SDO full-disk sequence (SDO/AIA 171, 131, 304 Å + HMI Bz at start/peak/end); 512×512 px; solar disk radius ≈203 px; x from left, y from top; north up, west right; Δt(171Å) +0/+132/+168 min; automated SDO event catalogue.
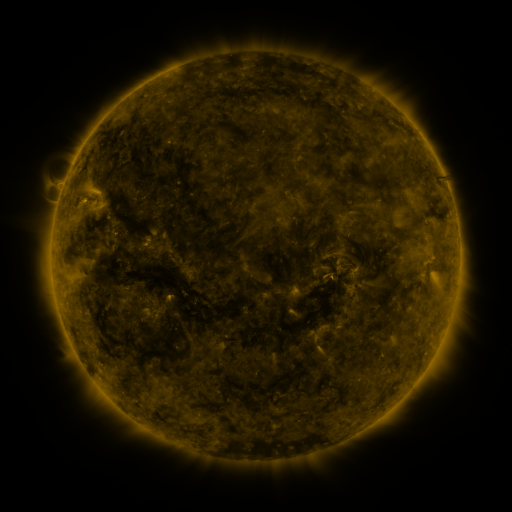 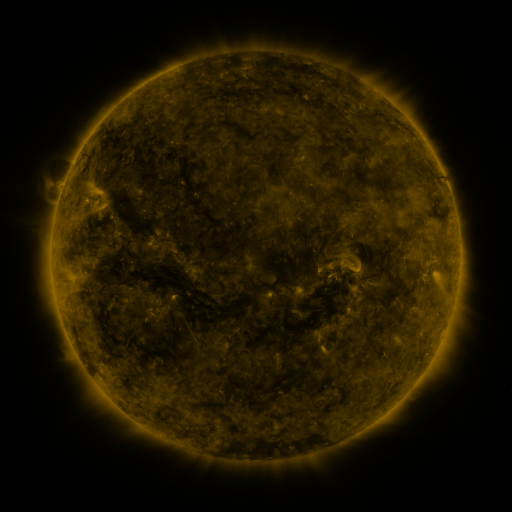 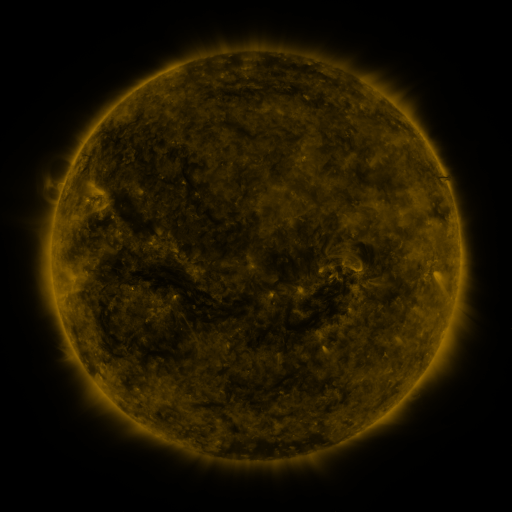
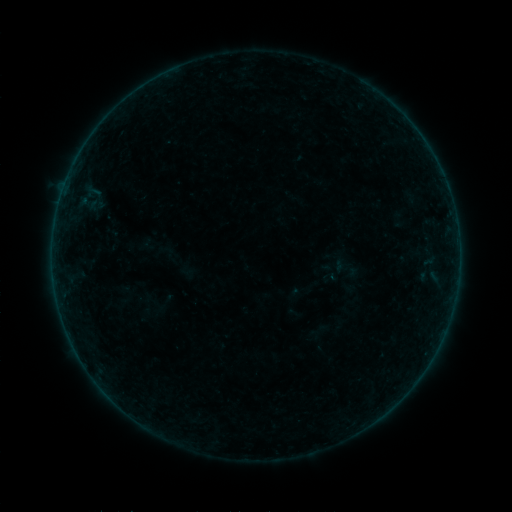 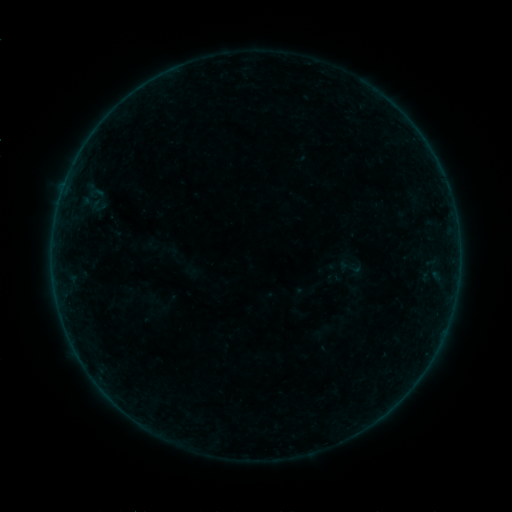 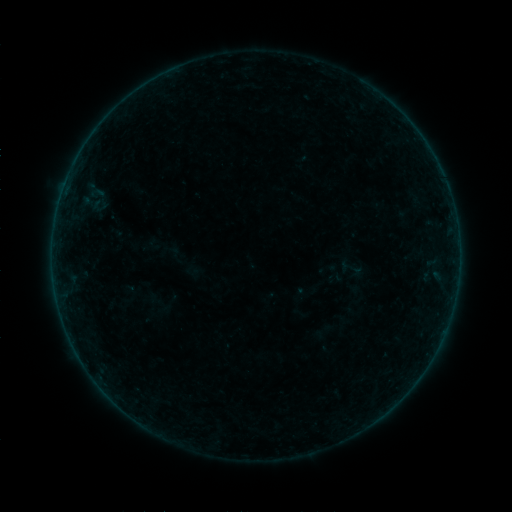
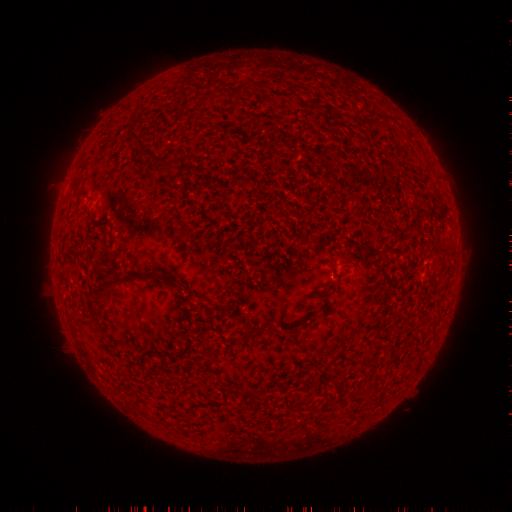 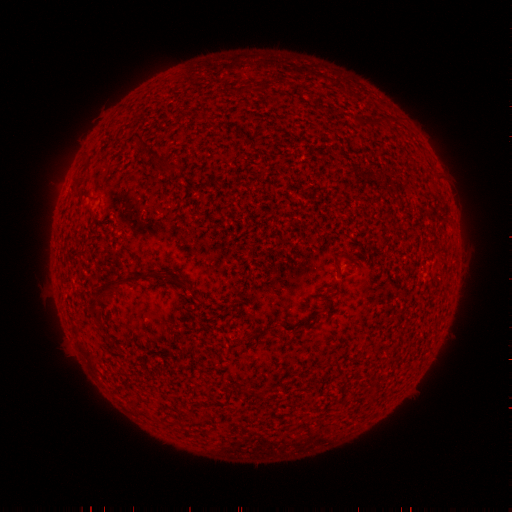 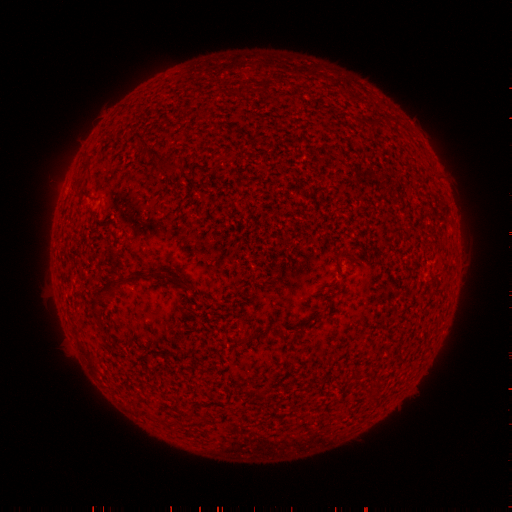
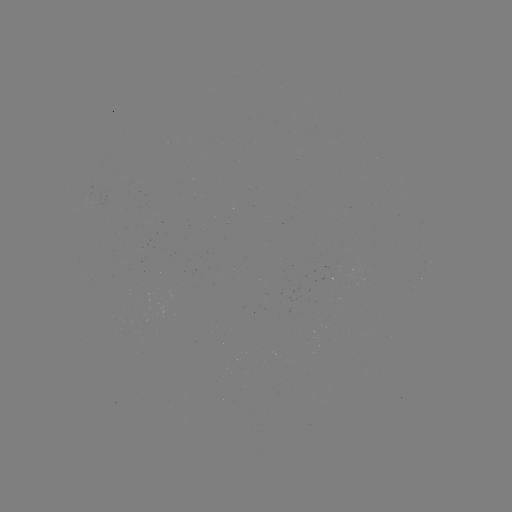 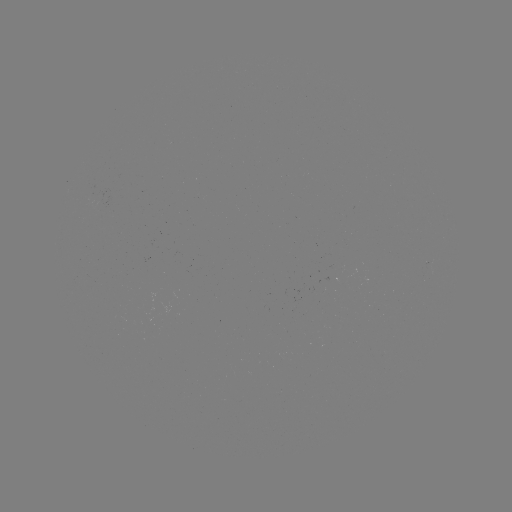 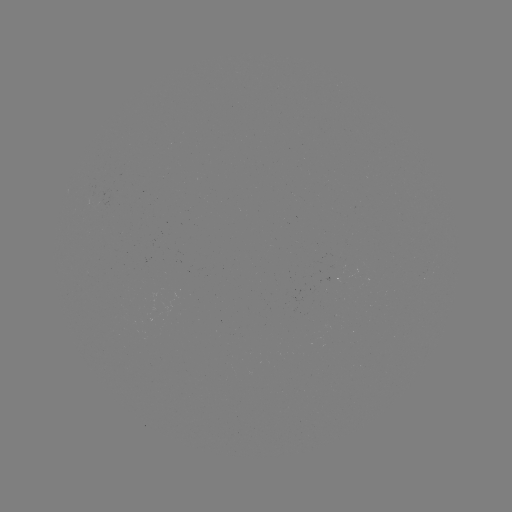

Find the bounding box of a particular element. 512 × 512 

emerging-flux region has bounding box [91, 194, 97, 205].